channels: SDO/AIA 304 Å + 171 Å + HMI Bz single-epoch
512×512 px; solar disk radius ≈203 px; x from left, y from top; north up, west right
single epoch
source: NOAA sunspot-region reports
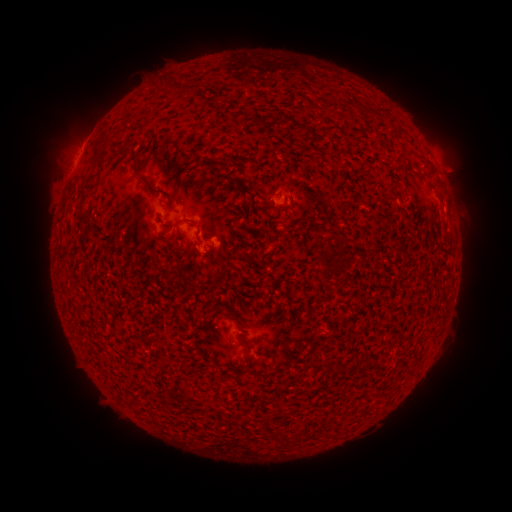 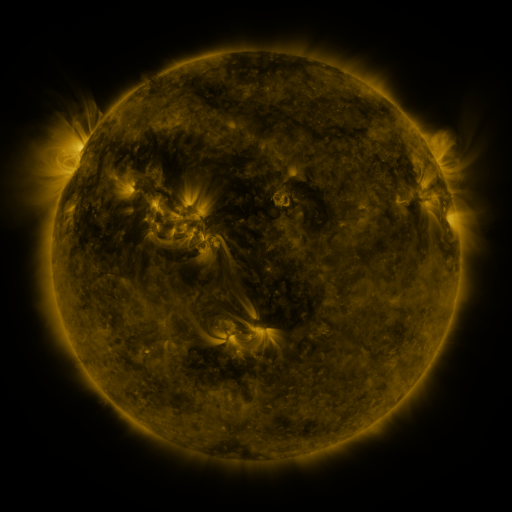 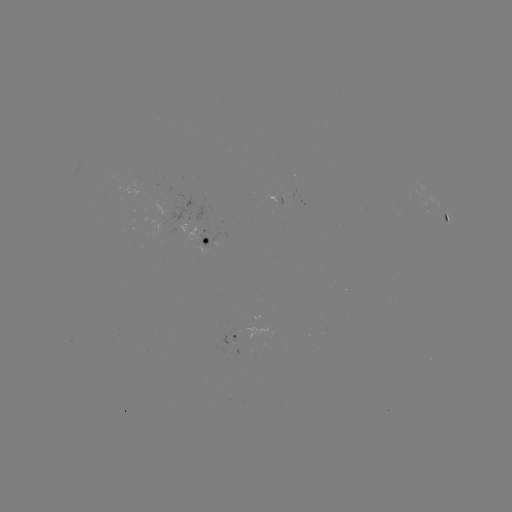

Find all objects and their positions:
spotted active region: (272, 200)
spotted active region: (446, 216)
spotted active region: (204, 238)
spotted active region: (228, 336)
